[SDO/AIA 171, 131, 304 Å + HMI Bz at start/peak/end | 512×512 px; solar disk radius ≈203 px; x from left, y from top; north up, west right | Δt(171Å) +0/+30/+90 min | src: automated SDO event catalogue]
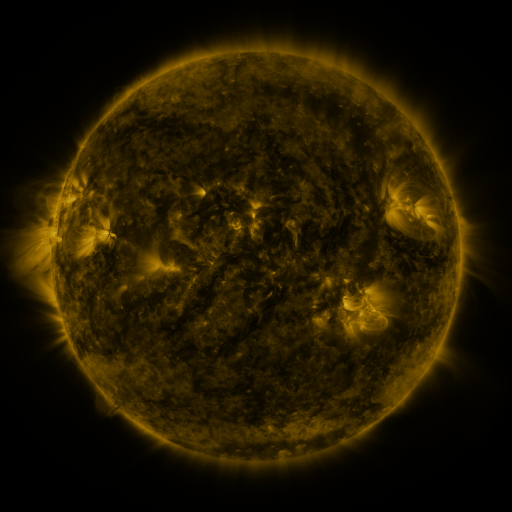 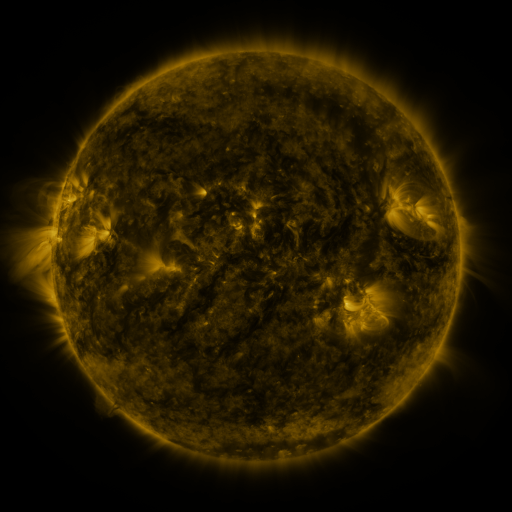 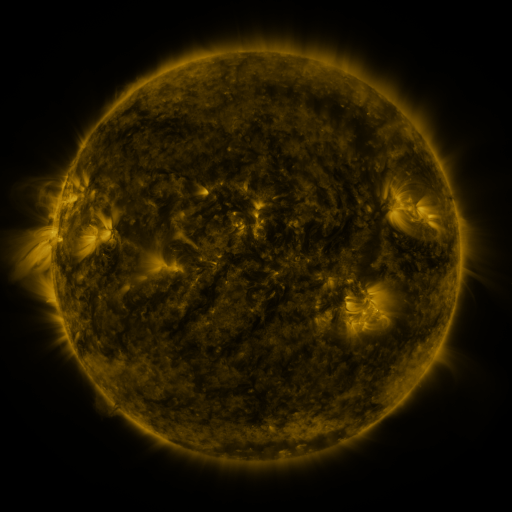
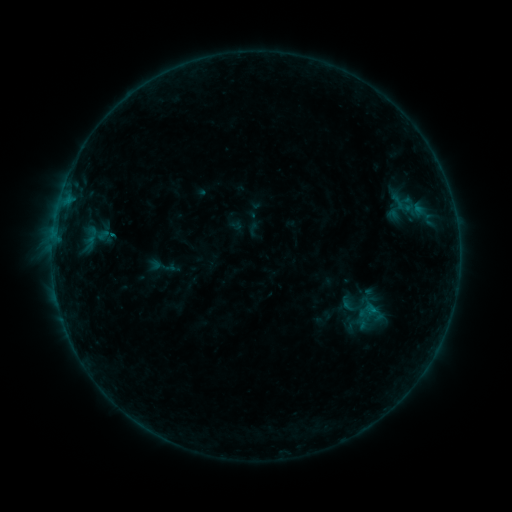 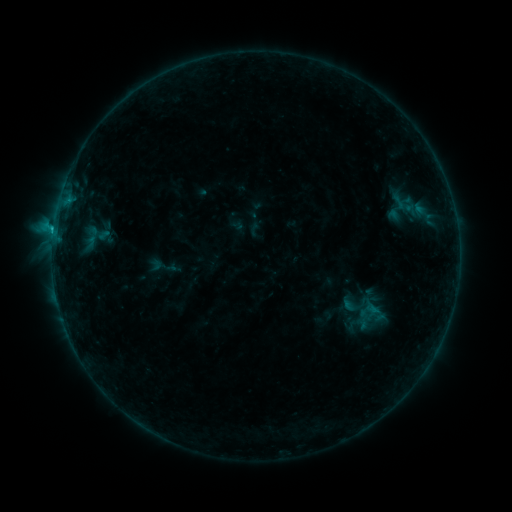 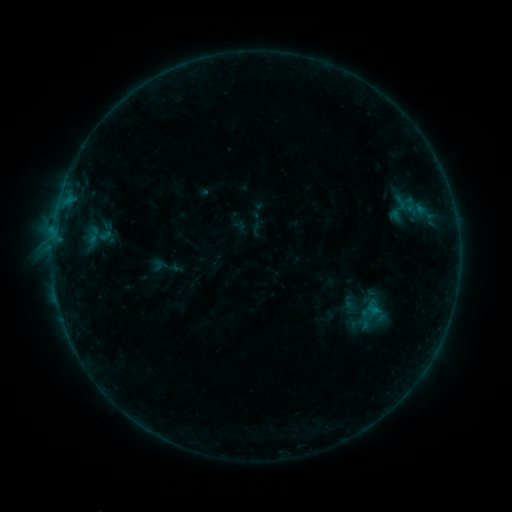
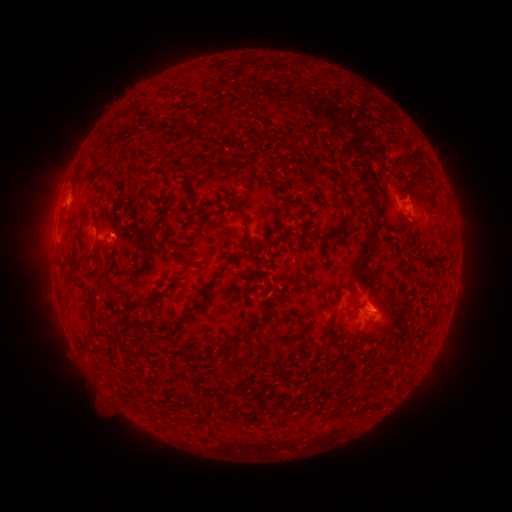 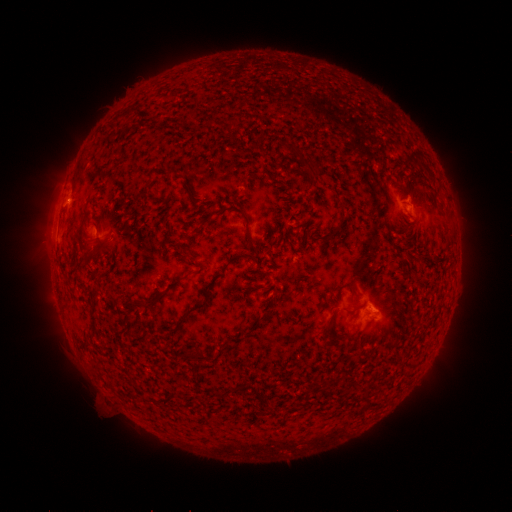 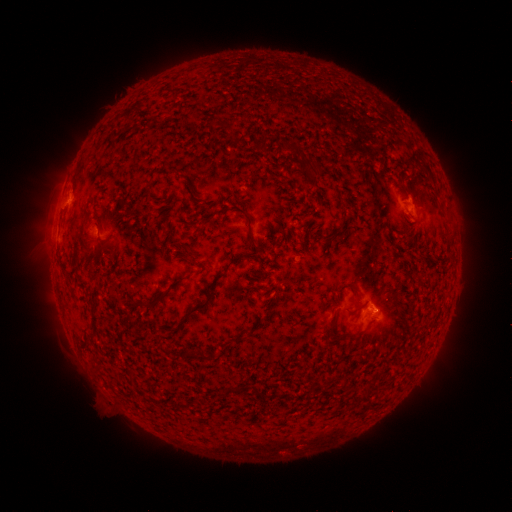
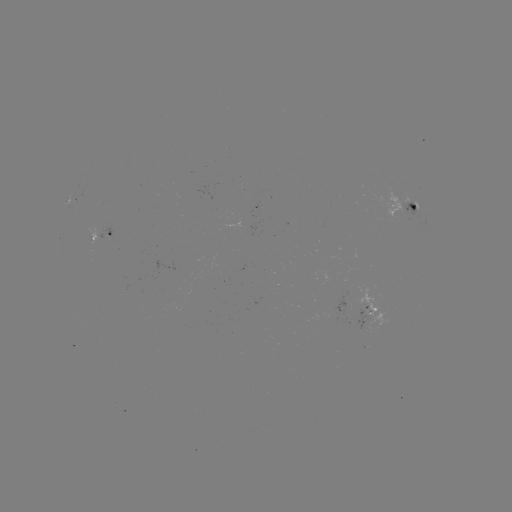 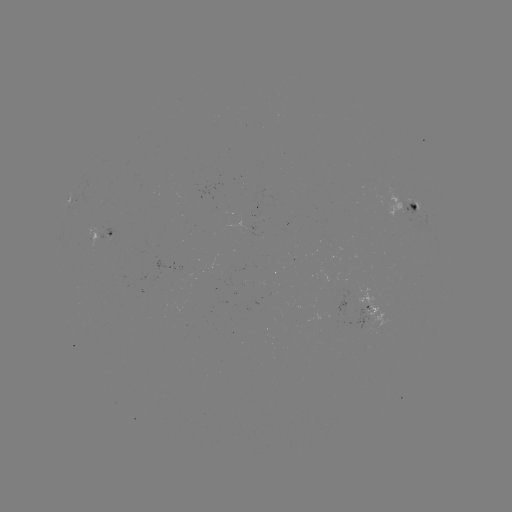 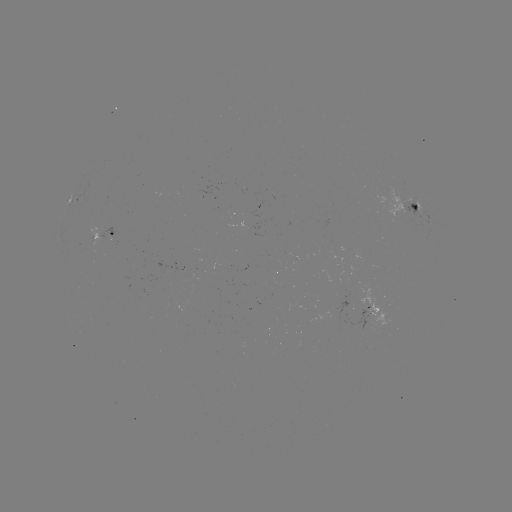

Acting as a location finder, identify C1.2 flare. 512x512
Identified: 53,234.